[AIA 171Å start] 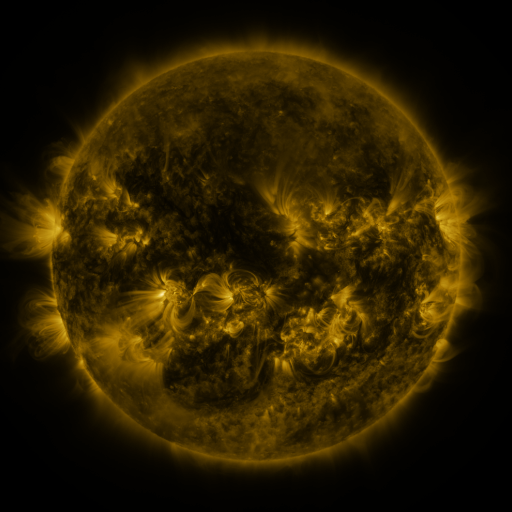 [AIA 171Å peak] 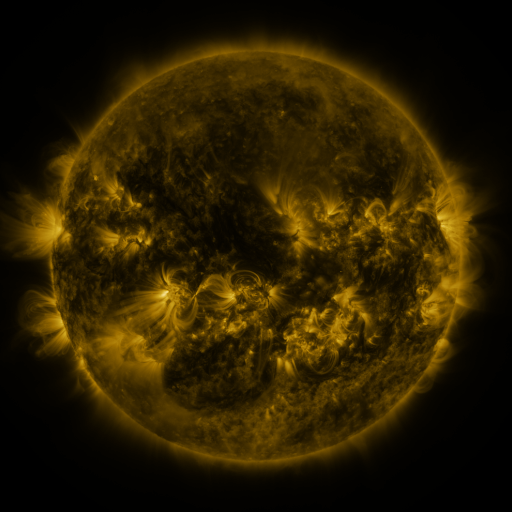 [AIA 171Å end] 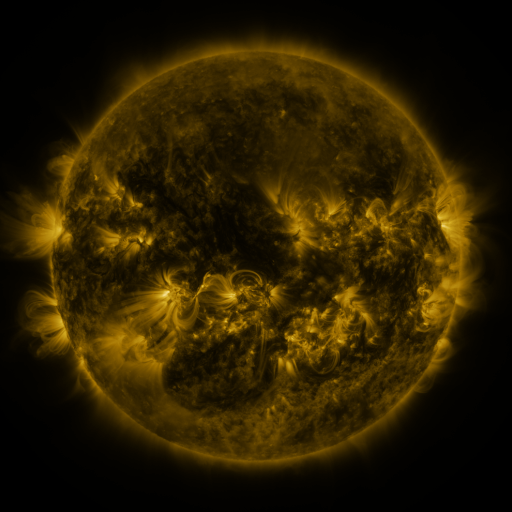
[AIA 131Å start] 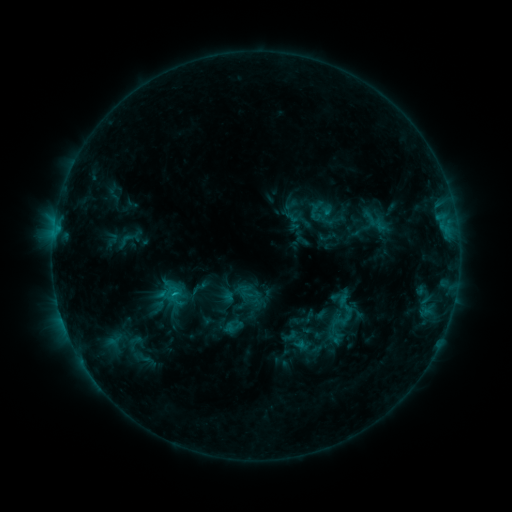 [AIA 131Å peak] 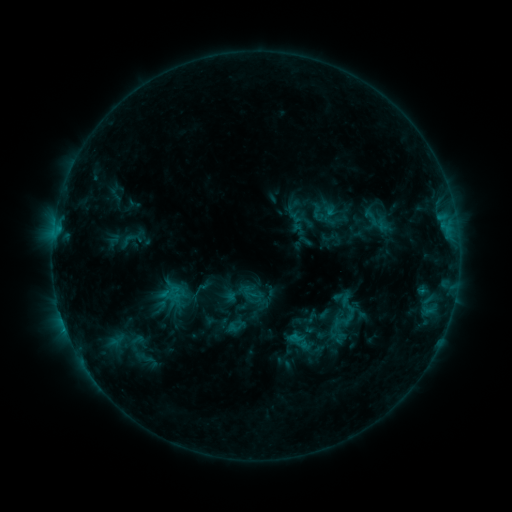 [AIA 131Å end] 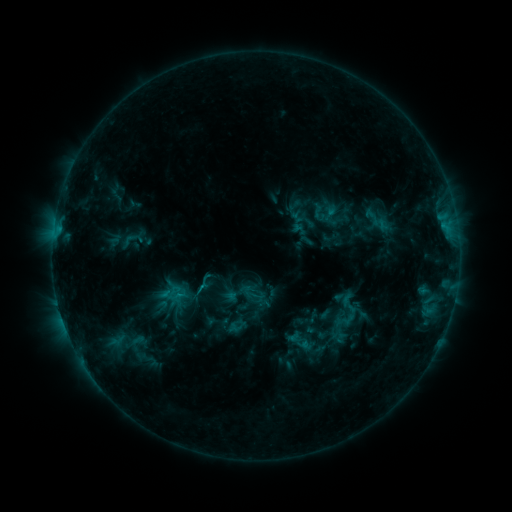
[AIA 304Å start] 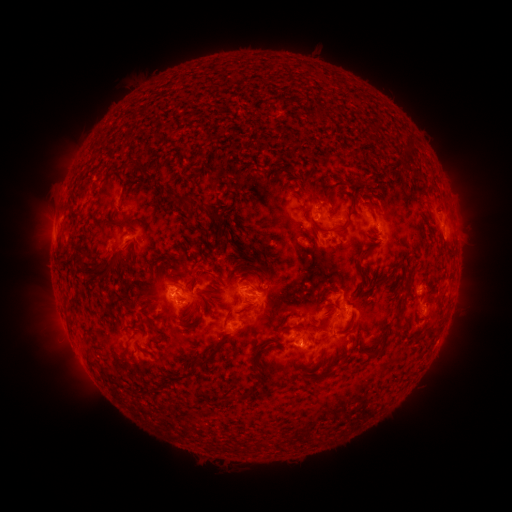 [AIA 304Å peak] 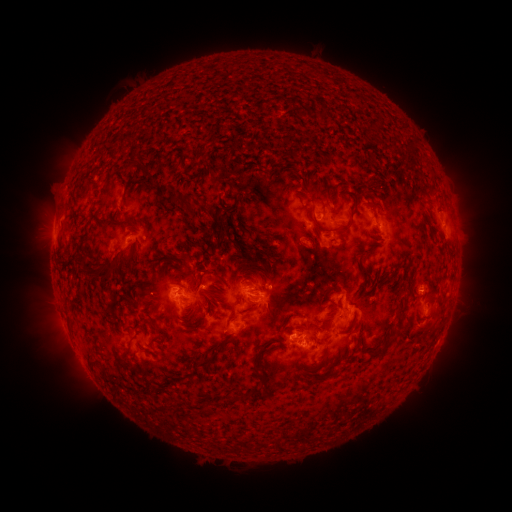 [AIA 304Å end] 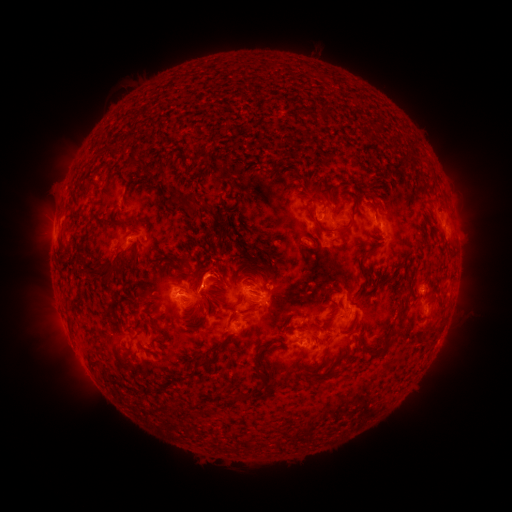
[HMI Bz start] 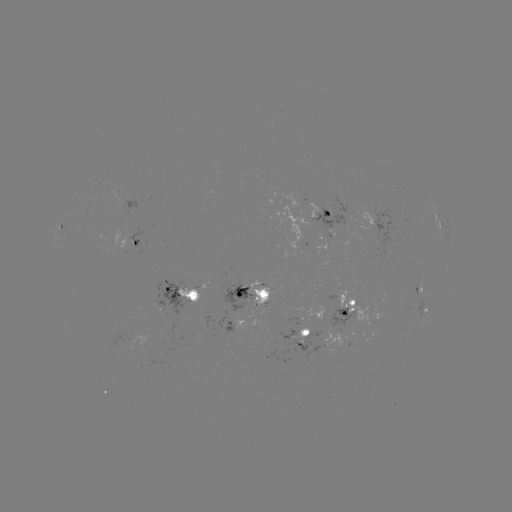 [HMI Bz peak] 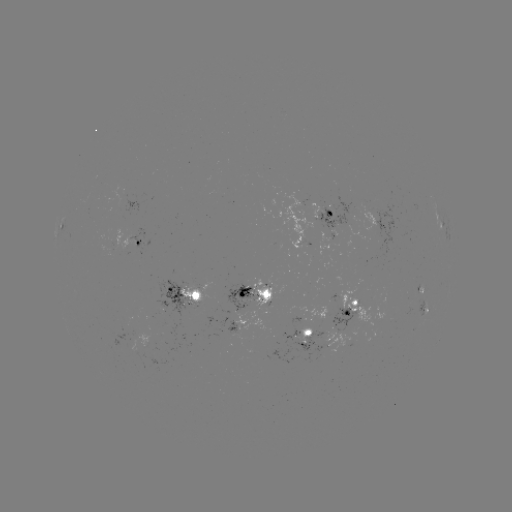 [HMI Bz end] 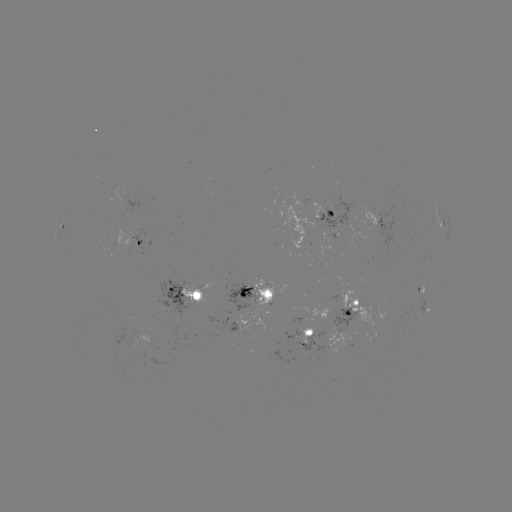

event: emerging-flux region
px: (267, 306)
